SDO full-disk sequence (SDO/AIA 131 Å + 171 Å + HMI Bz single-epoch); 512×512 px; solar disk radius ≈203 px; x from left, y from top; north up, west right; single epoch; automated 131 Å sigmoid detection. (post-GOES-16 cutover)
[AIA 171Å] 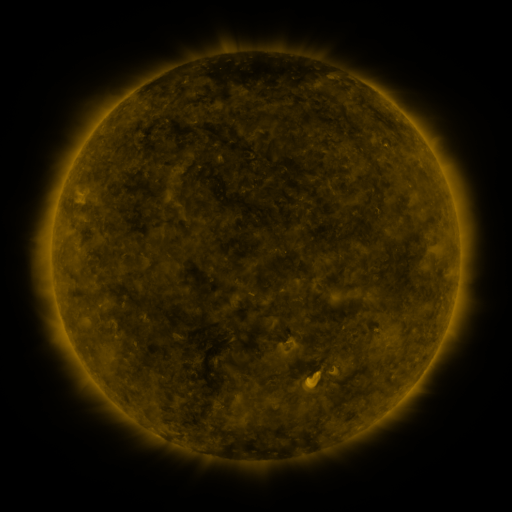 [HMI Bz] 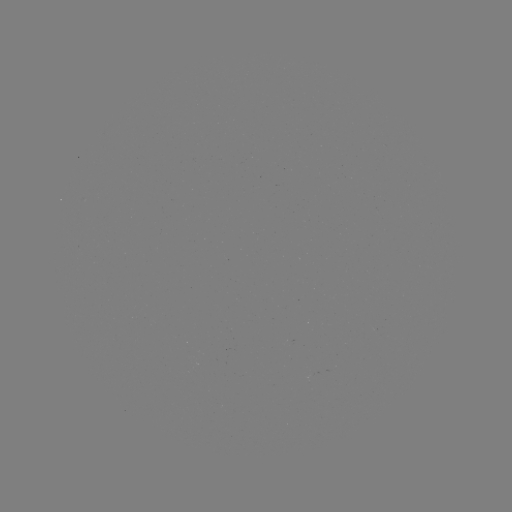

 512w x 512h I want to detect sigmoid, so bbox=[302, 368, 323, 389].